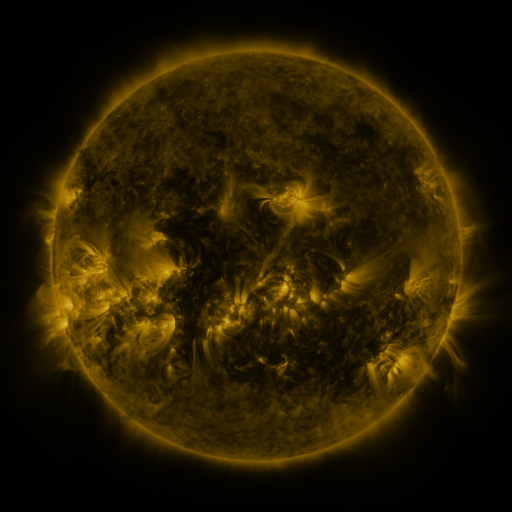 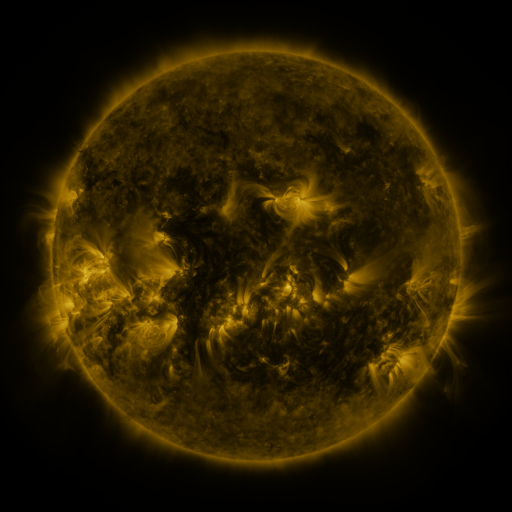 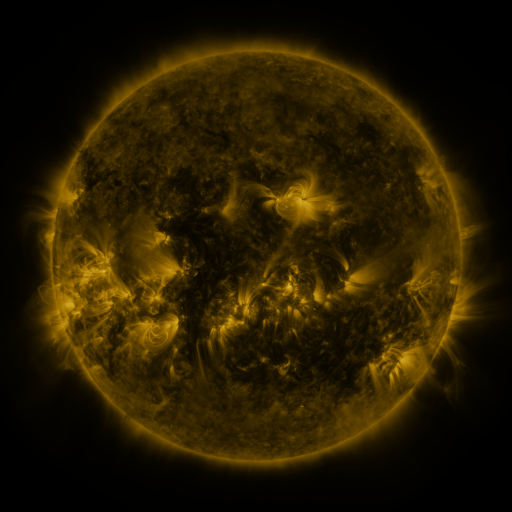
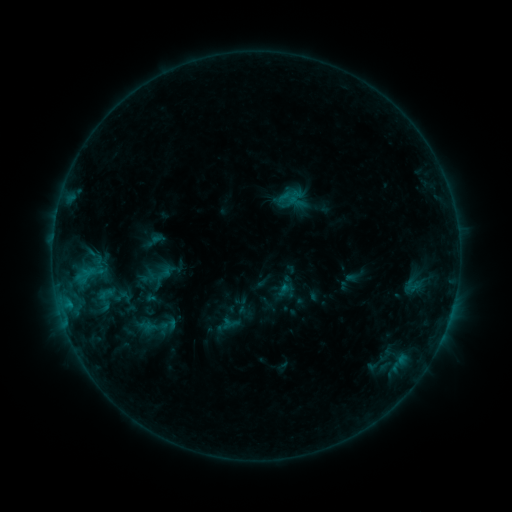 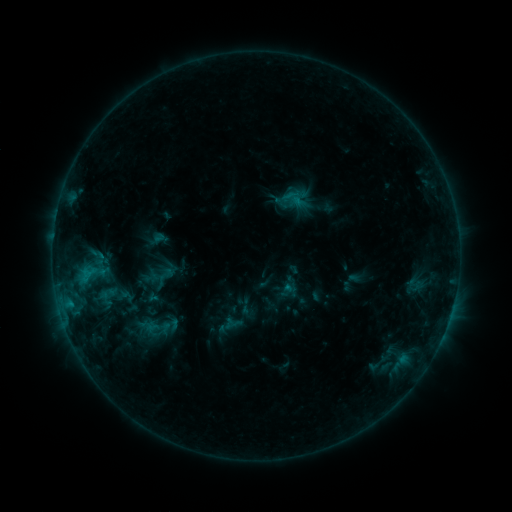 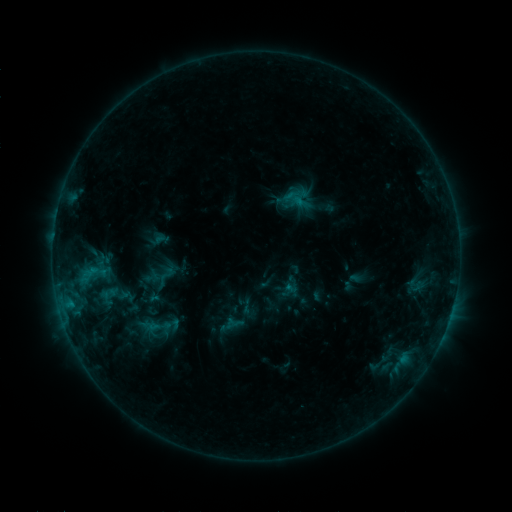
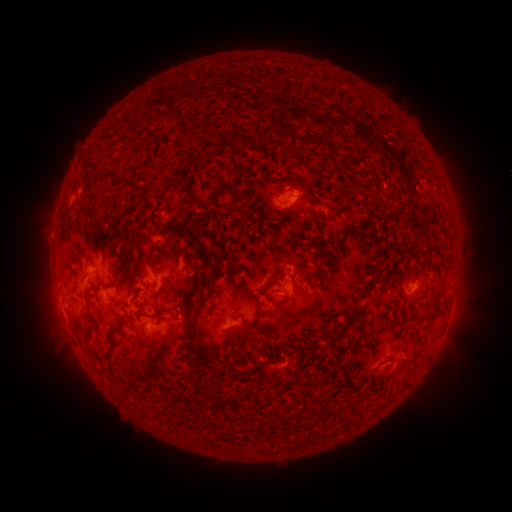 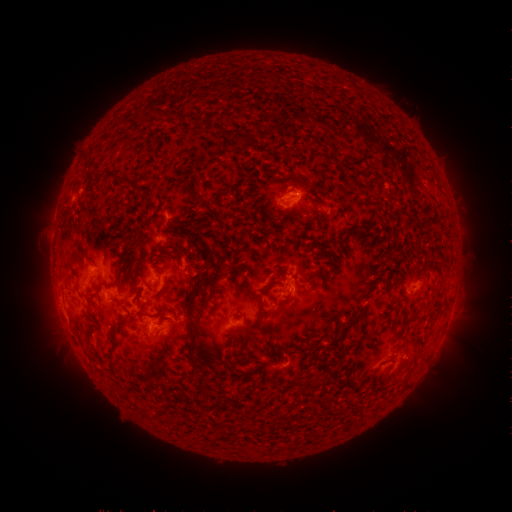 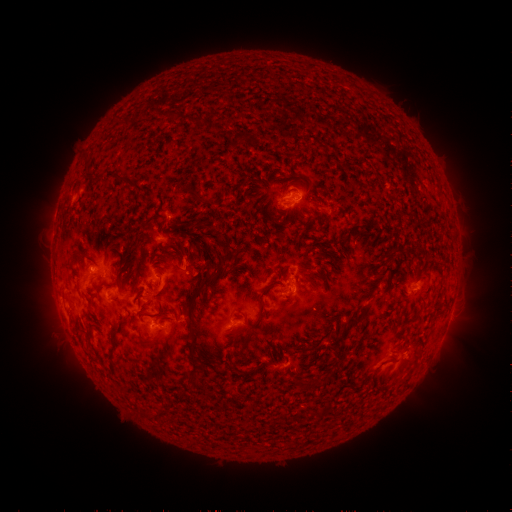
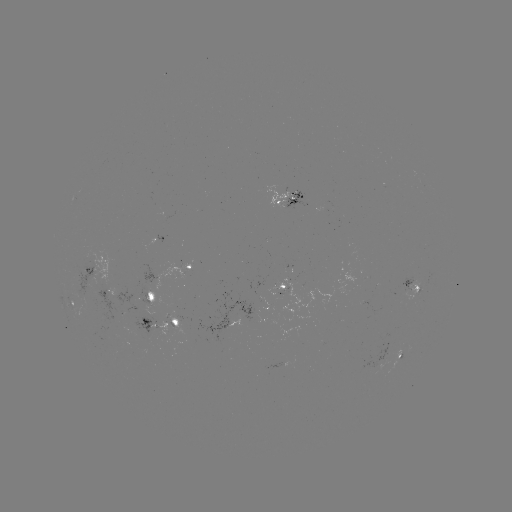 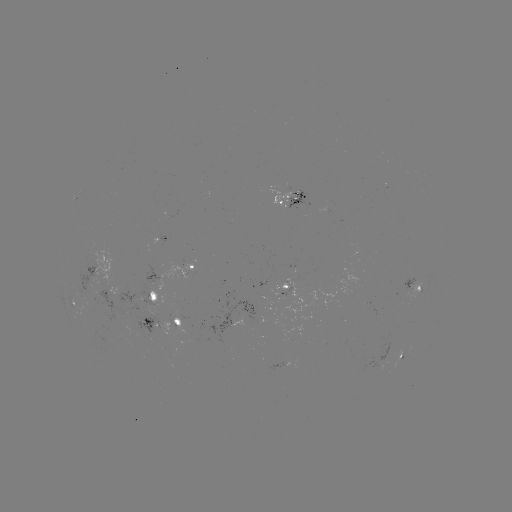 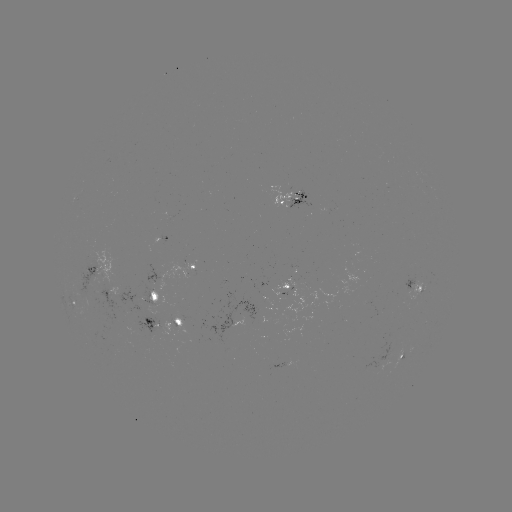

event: emerging-flux region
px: (149, 293)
